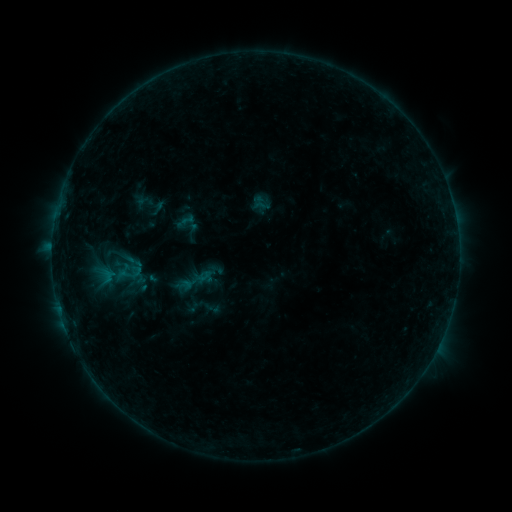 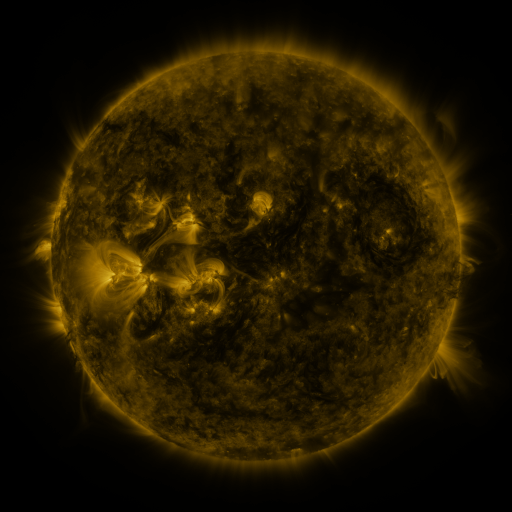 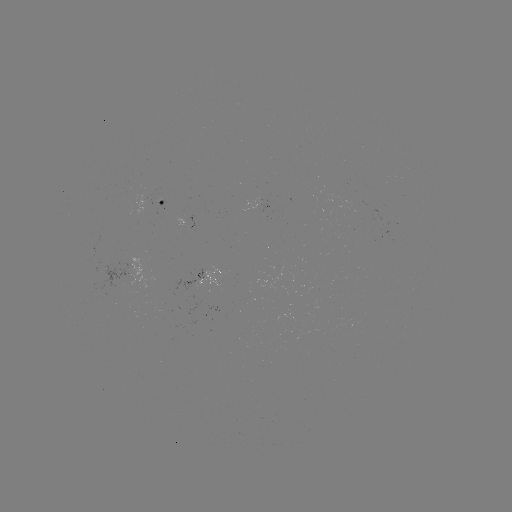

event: sigmoid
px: (108, 276)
